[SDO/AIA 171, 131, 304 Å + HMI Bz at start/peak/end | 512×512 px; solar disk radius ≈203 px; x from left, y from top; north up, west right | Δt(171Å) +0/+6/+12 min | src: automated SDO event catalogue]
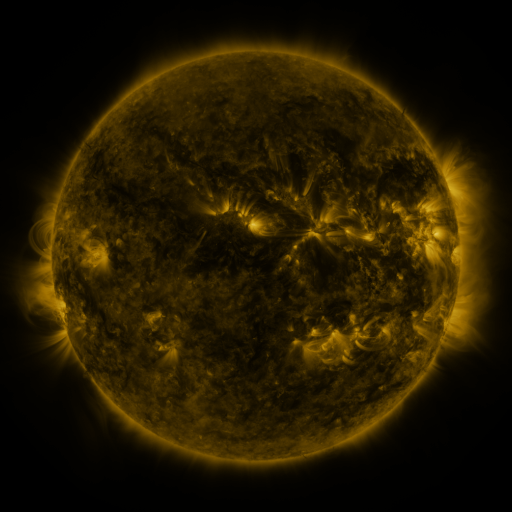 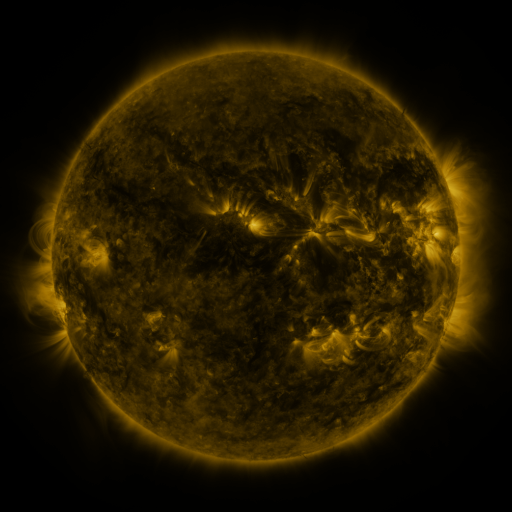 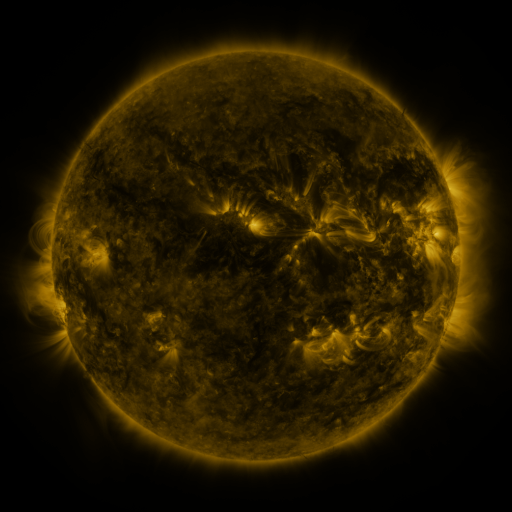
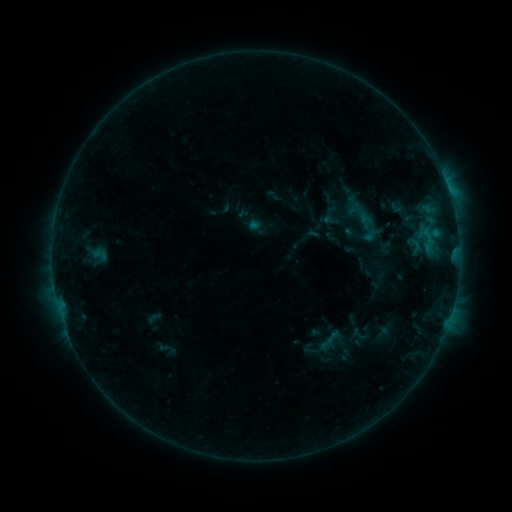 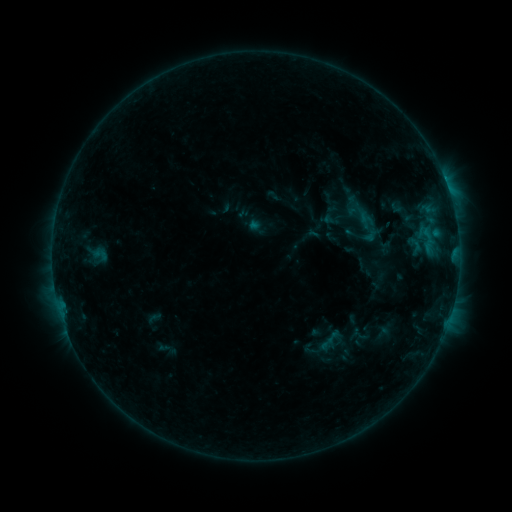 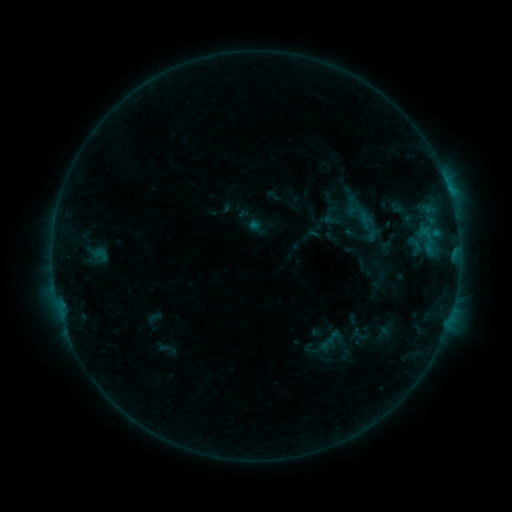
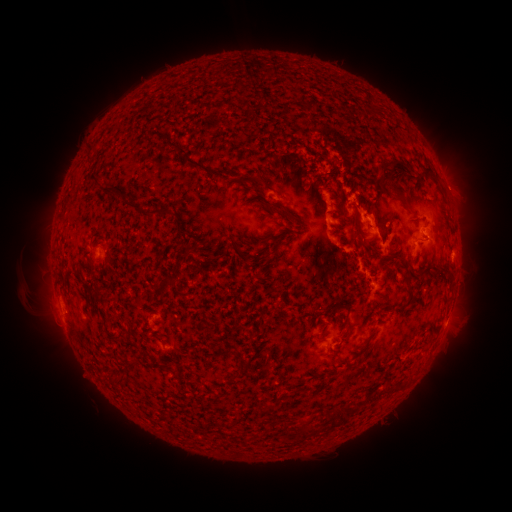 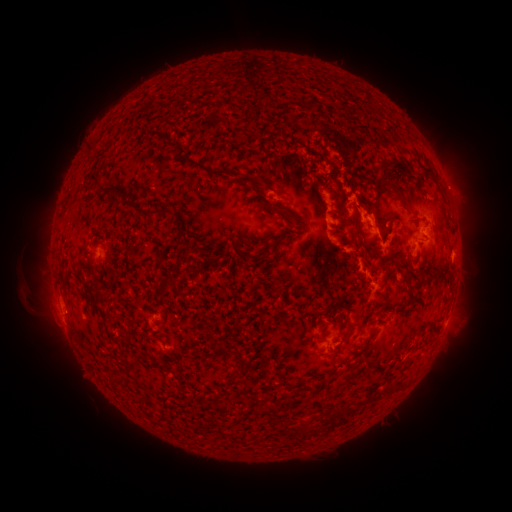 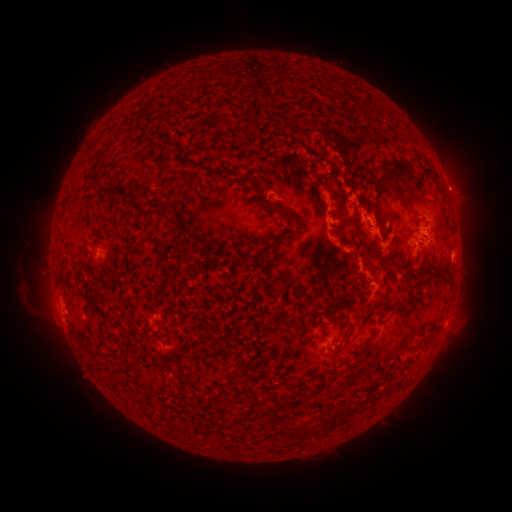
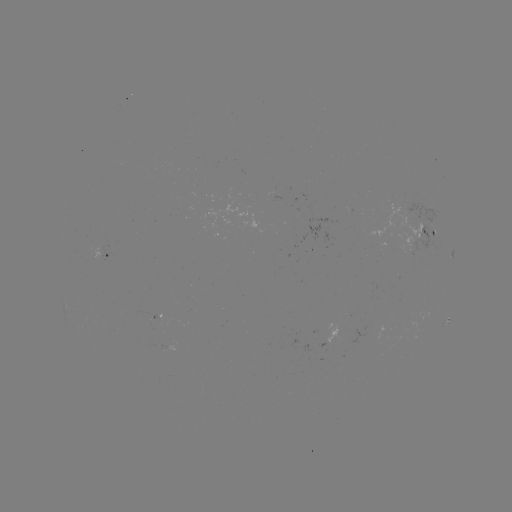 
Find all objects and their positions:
eruption: (458, 188)
